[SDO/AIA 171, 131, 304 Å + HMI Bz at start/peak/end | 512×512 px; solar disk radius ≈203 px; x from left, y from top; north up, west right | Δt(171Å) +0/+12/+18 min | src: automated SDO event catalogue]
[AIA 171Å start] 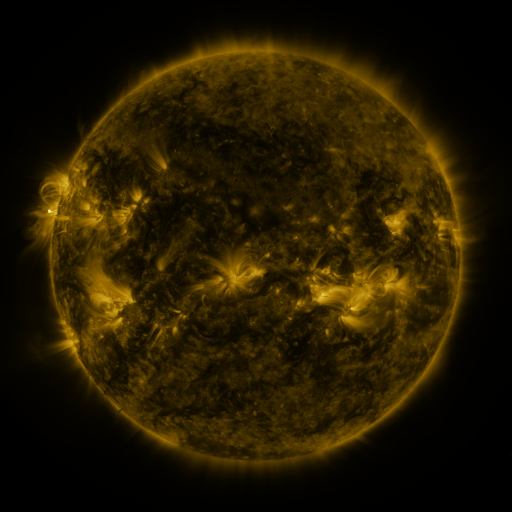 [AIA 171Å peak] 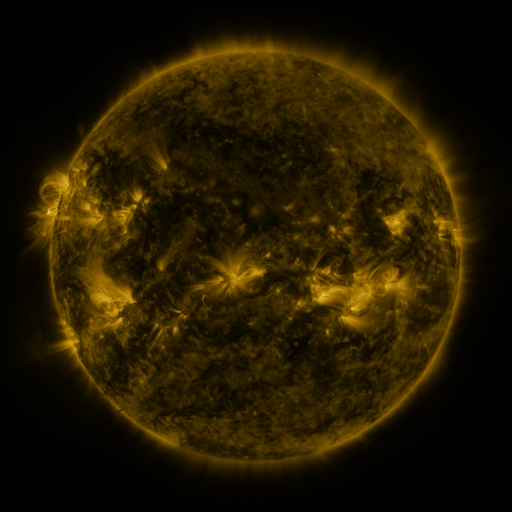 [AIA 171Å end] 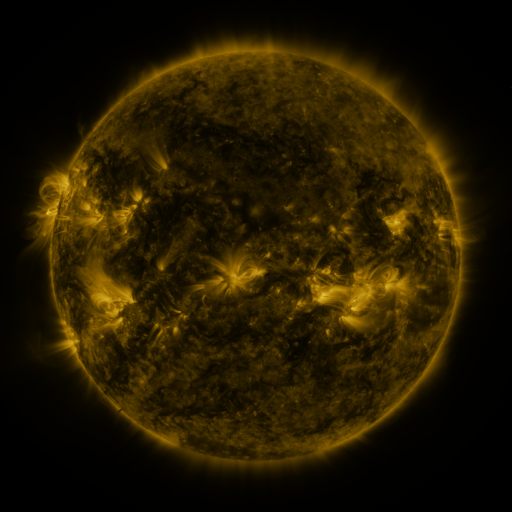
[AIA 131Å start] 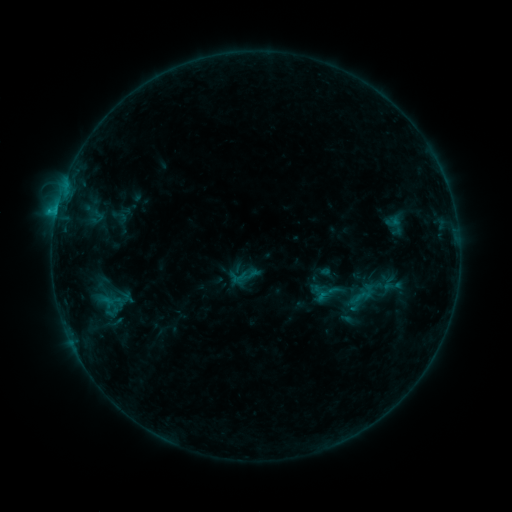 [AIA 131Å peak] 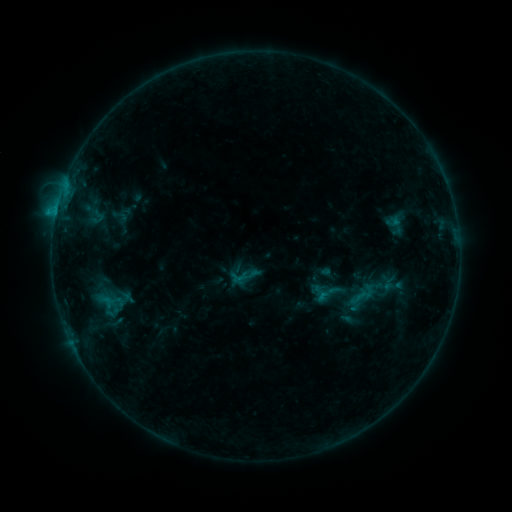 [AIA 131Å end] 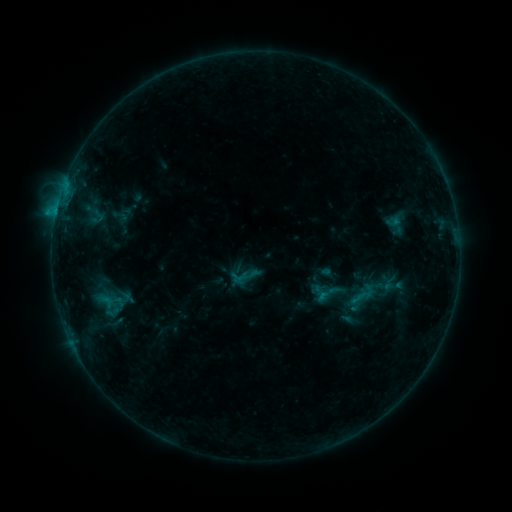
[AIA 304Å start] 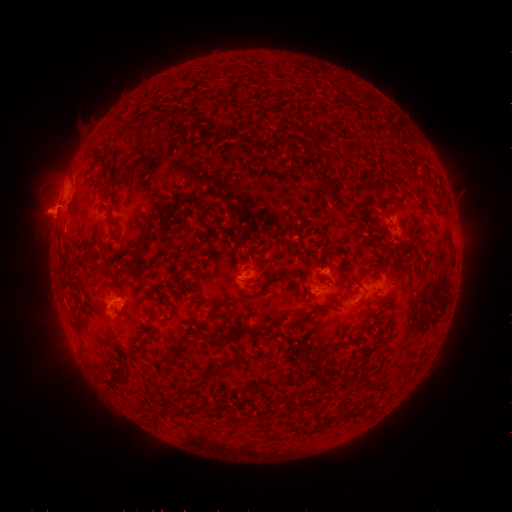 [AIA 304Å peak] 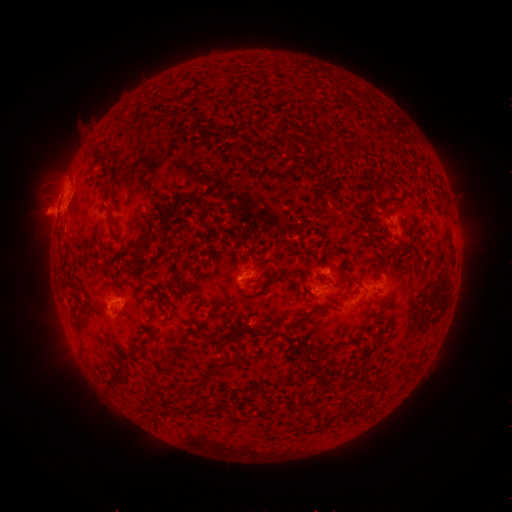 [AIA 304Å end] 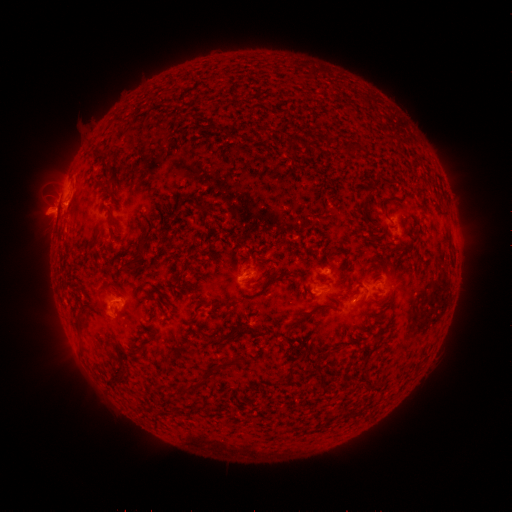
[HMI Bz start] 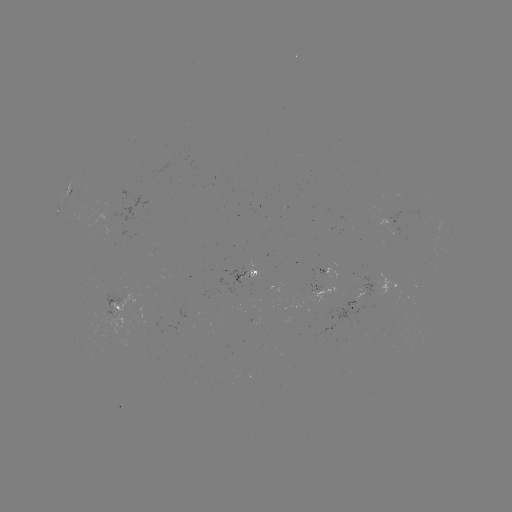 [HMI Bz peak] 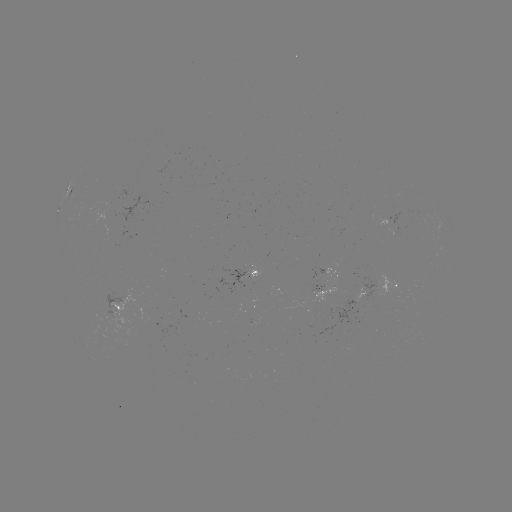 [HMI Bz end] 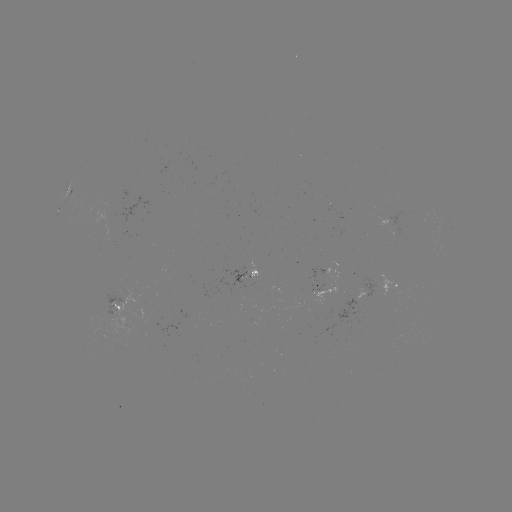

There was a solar eruption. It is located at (62, 210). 